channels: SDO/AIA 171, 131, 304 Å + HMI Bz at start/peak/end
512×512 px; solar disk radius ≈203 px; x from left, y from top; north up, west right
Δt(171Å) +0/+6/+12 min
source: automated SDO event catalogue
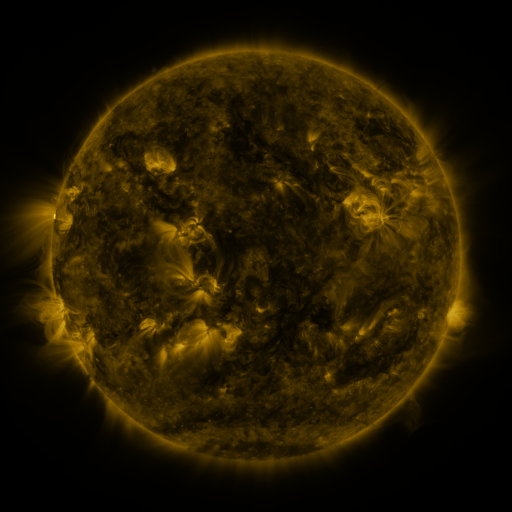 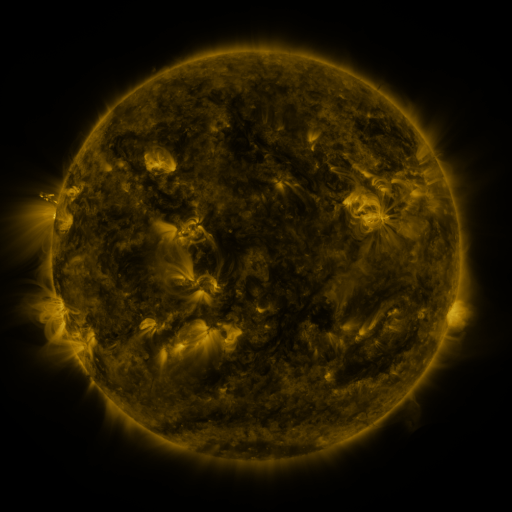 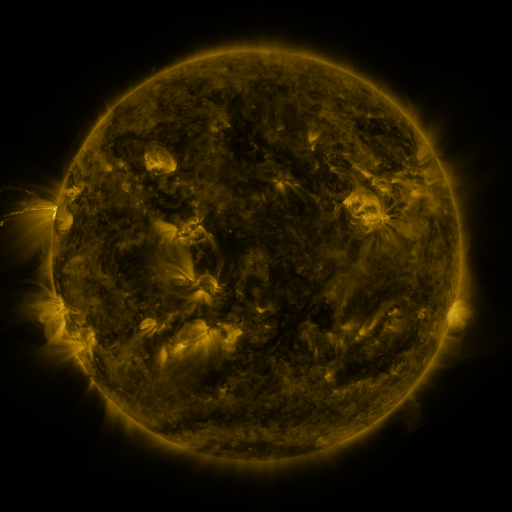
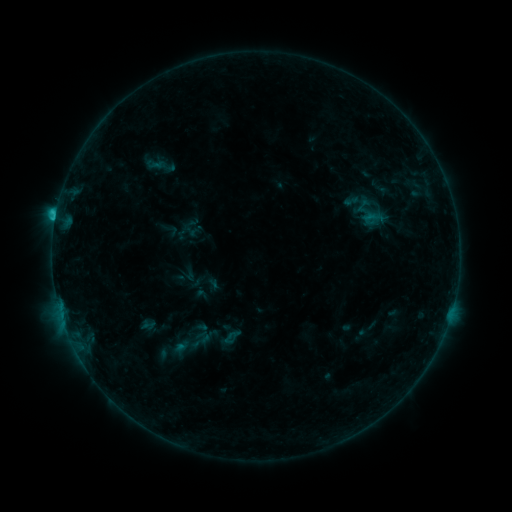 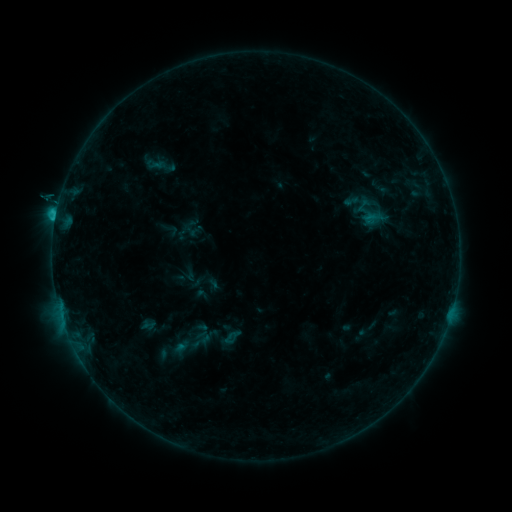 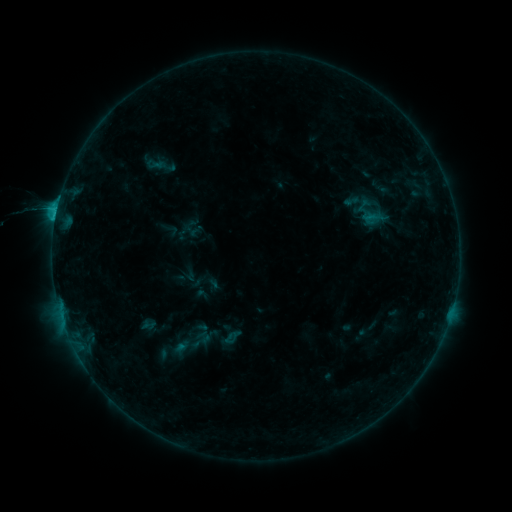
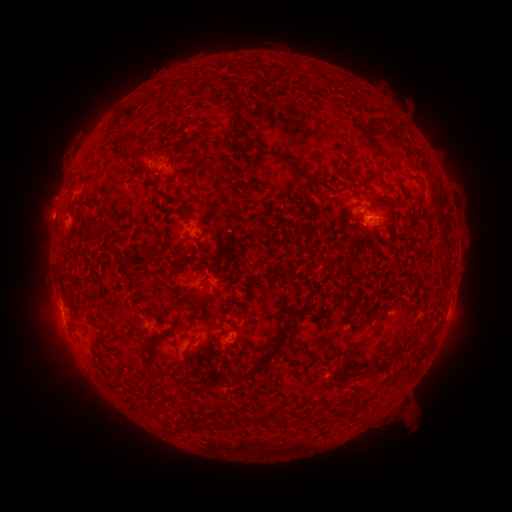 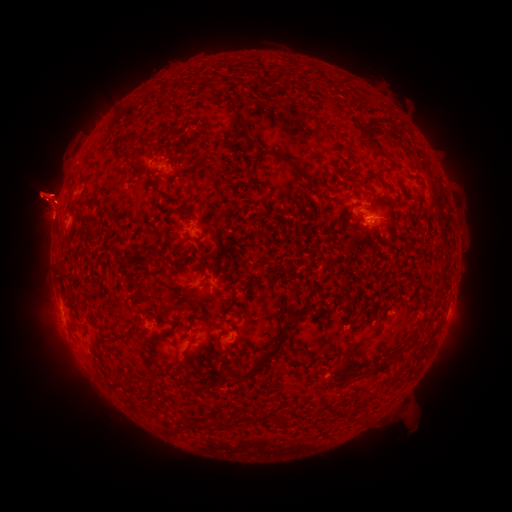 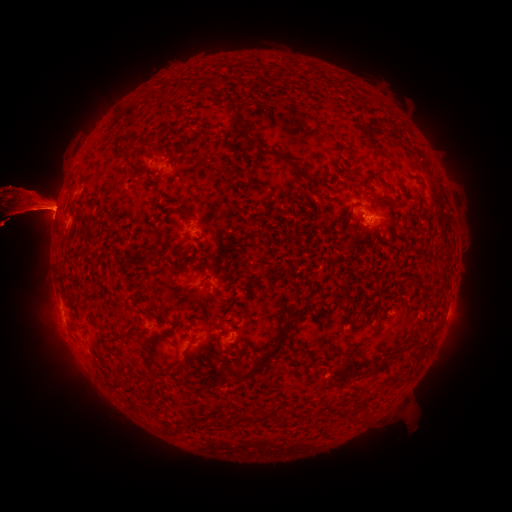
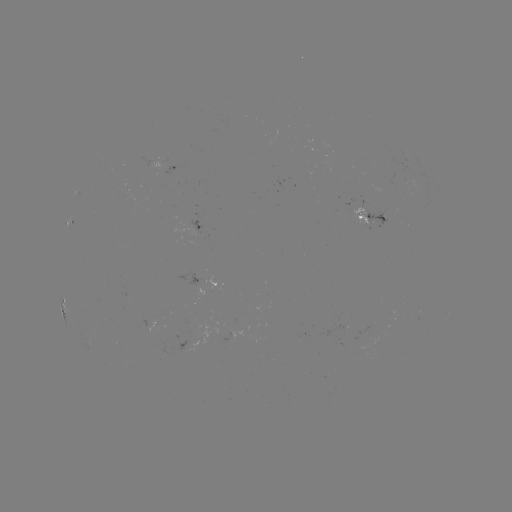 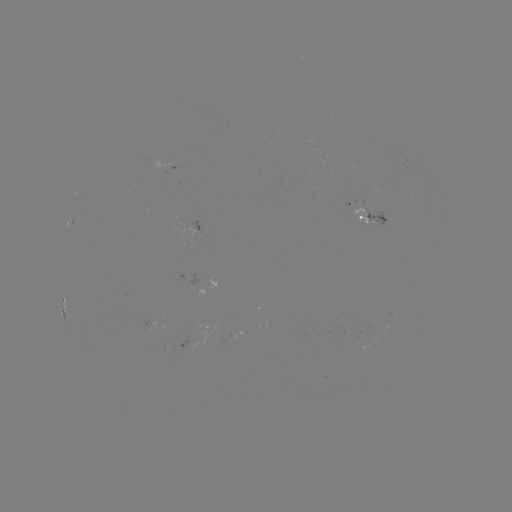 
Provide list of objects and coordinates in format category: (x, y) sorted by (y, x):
eruption: (47, 200)
